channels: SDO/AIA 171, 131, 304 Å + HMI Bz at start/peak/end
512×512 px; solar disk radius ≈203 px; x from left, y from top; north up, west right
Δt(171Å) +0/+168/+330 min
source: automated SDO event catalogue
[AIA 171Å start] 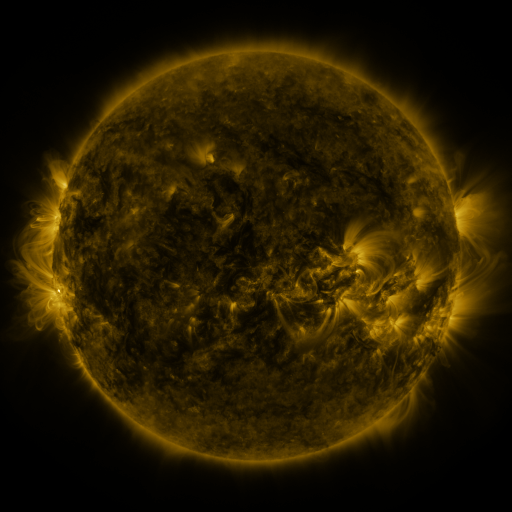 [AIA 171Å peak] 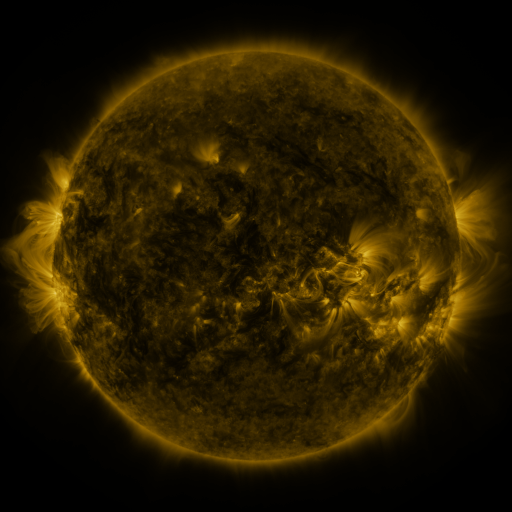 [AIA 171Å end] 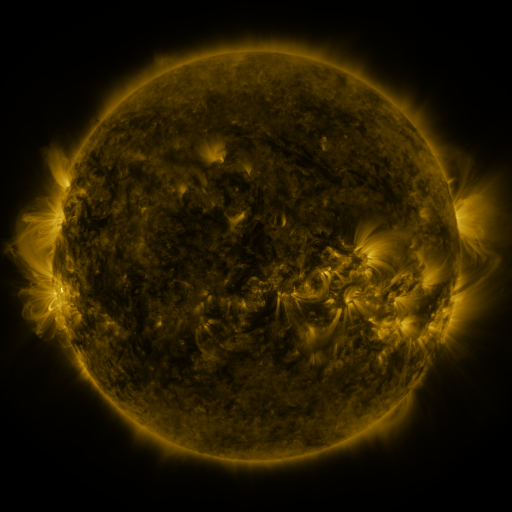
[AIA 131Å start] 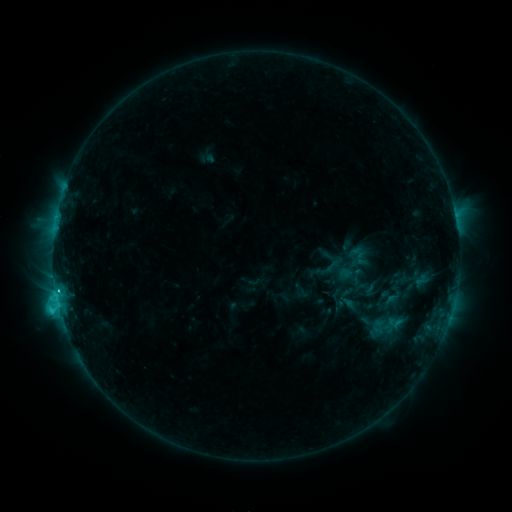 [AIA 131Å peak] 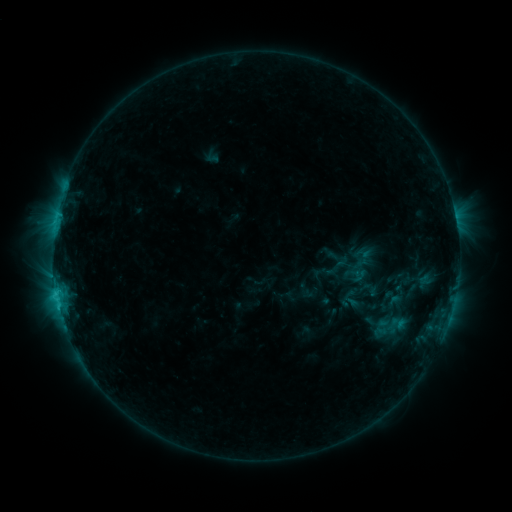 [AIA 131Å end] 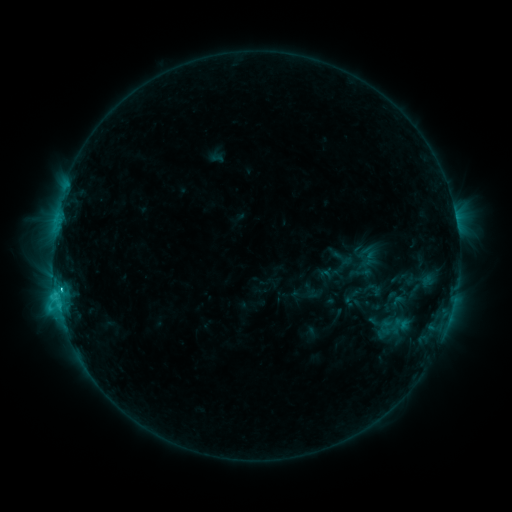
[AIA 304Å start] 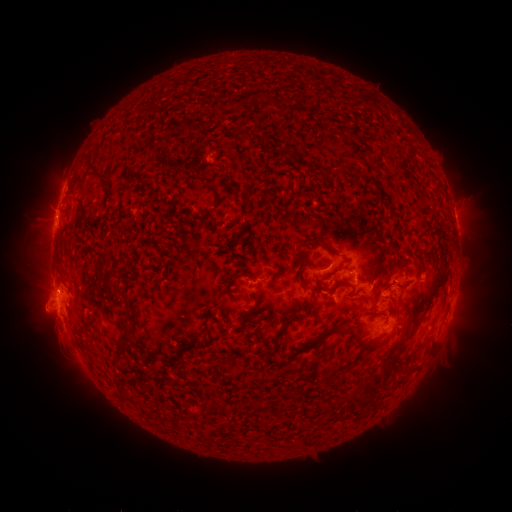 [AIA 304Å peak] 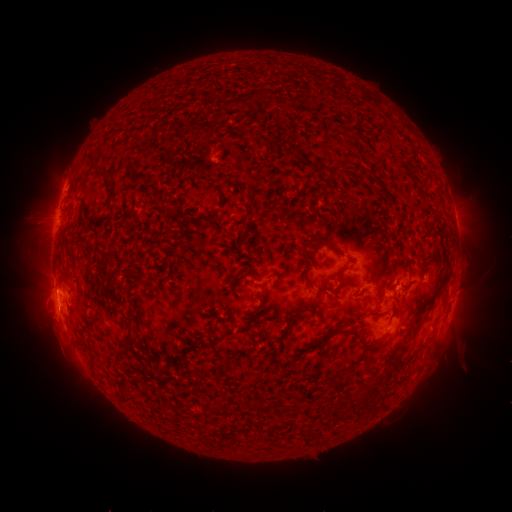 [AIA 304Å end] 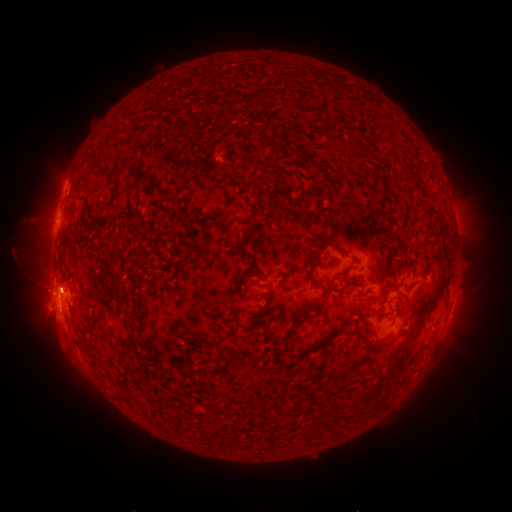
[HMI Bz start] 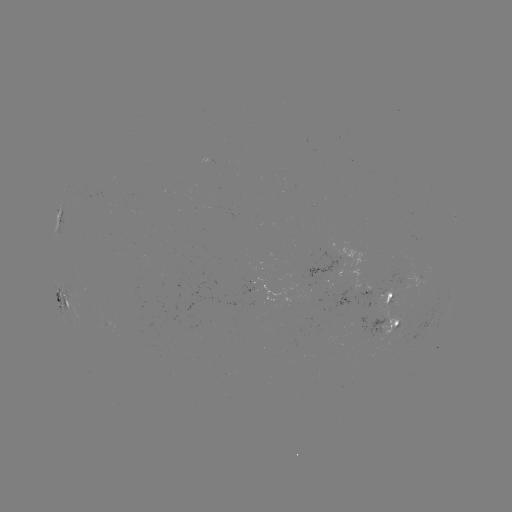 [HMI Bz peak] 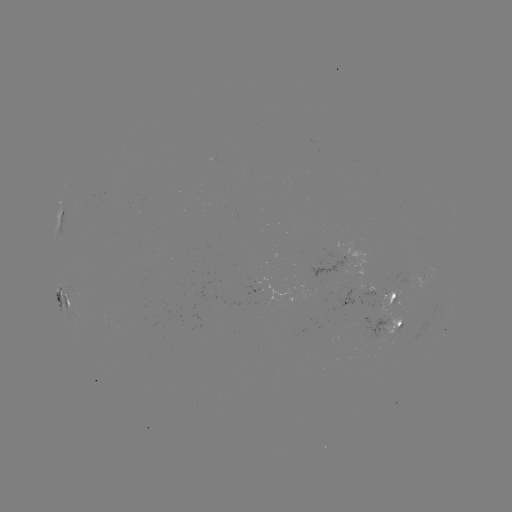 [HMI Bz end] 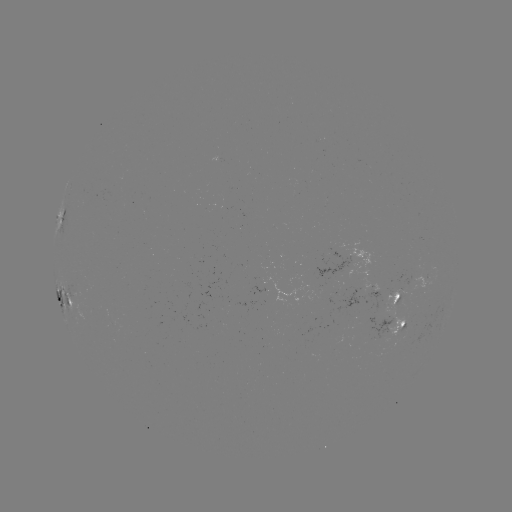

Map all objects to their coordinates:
filament eruption: (462, 378)
